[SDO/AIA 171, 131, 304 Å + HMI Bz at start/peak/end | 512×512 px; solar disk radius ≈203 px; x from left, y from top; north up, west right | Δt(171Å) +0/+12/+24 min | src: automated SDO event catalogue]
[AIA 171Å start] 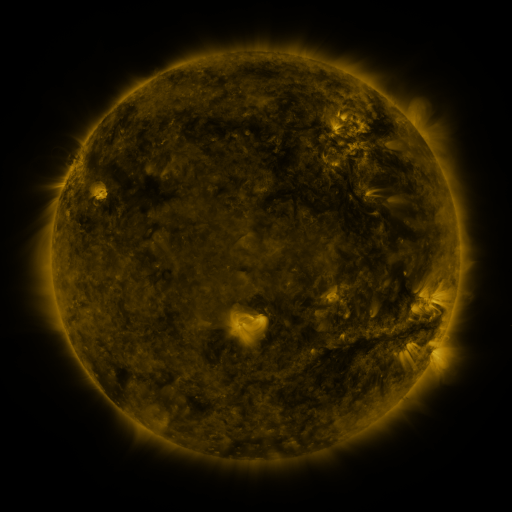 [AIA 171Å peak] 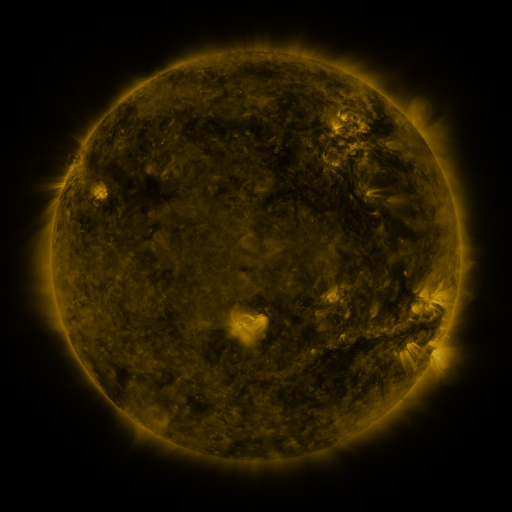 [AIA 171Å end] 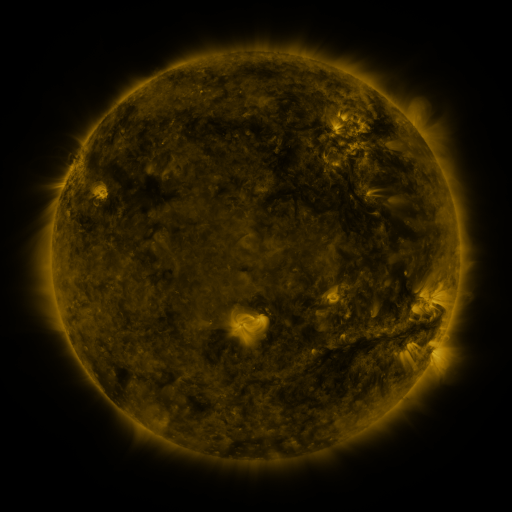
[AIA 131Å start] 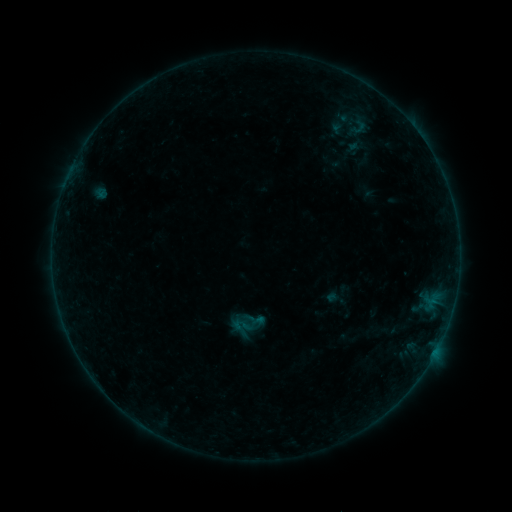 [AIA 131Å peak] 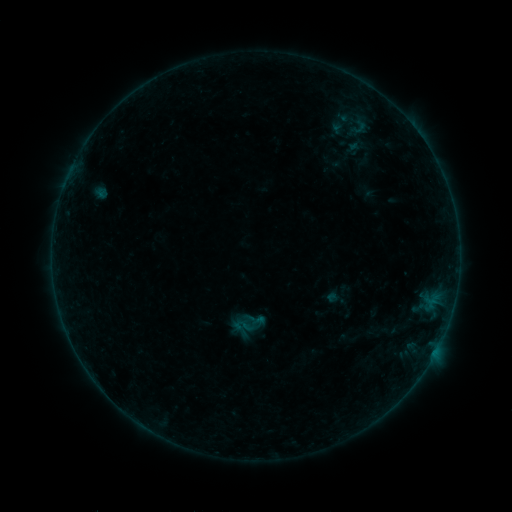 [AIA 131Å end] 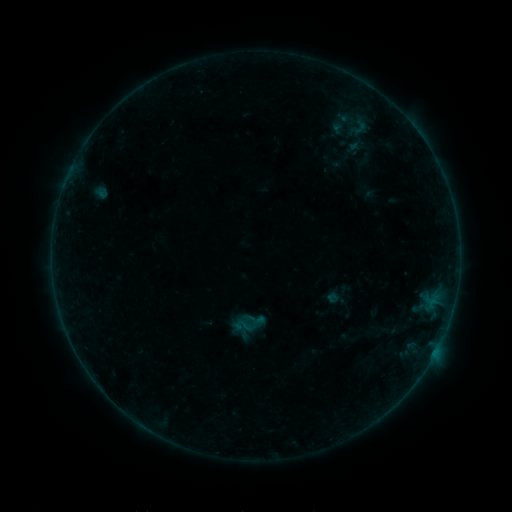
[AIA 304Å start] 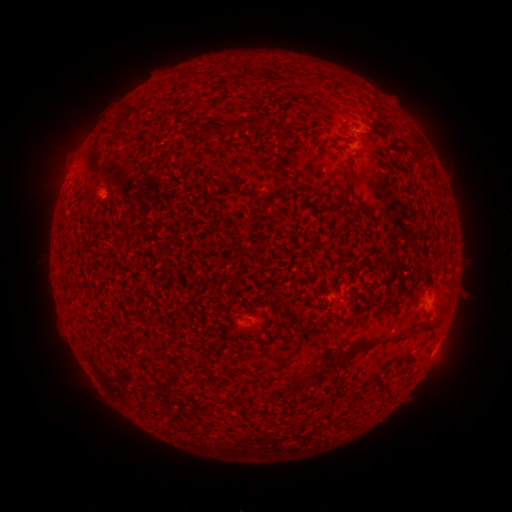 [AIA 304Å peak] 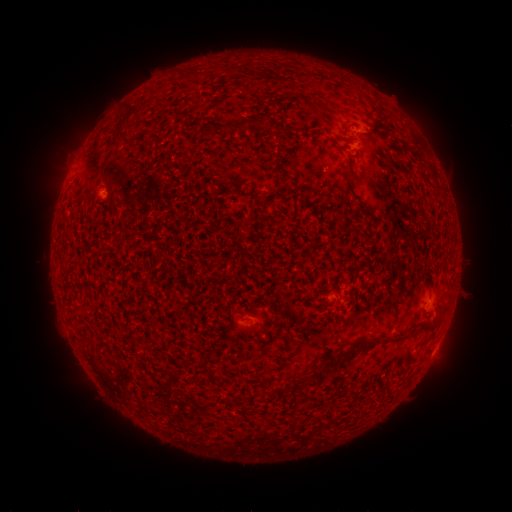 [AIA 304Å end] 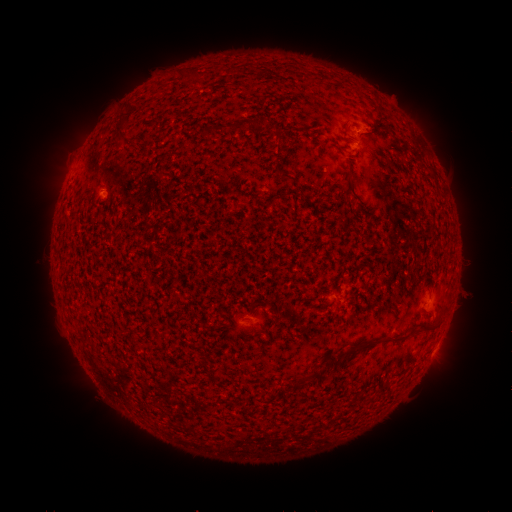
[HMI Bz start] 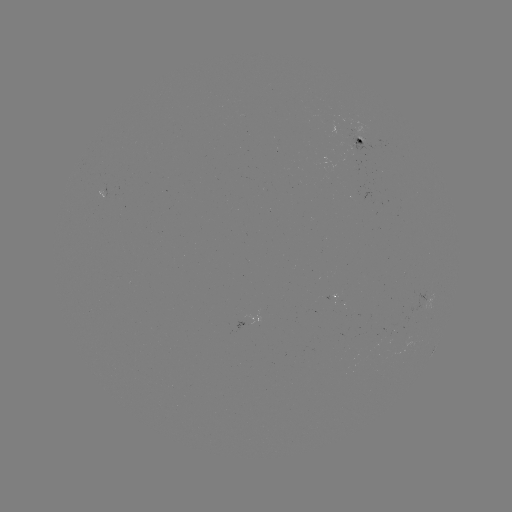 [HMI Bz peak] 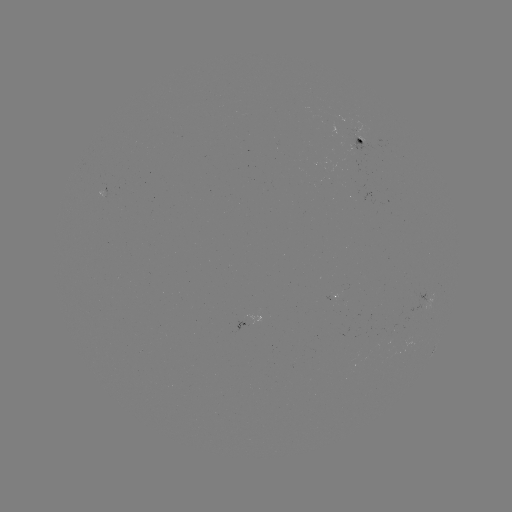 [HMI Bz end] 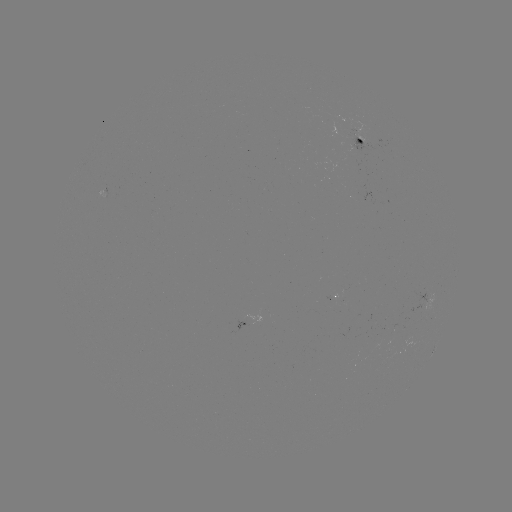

nothing was catalogued: no classed flare, no EUV trigger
